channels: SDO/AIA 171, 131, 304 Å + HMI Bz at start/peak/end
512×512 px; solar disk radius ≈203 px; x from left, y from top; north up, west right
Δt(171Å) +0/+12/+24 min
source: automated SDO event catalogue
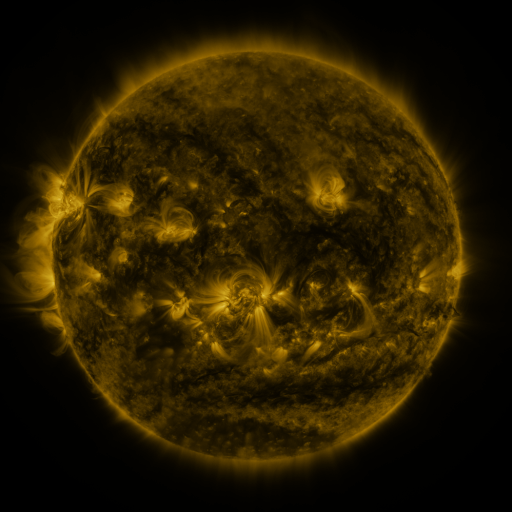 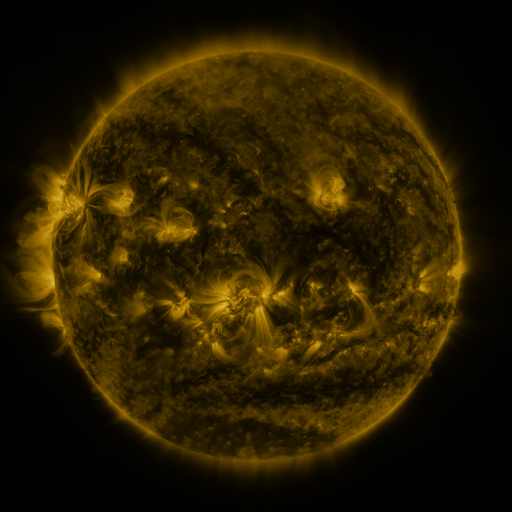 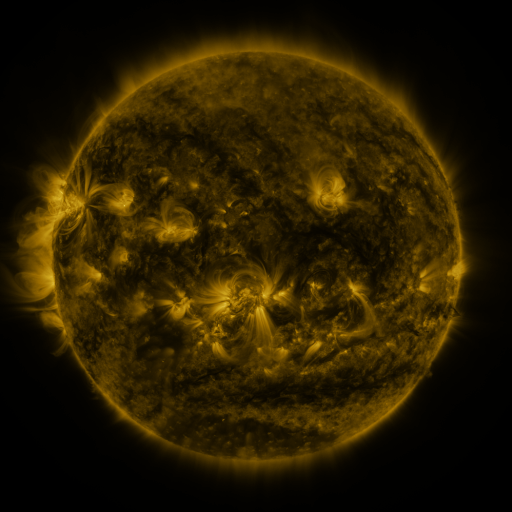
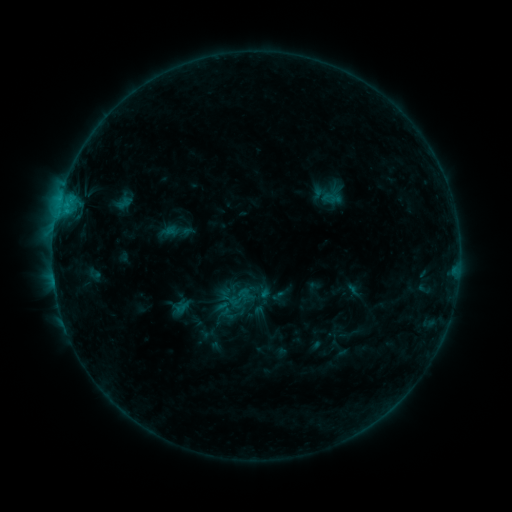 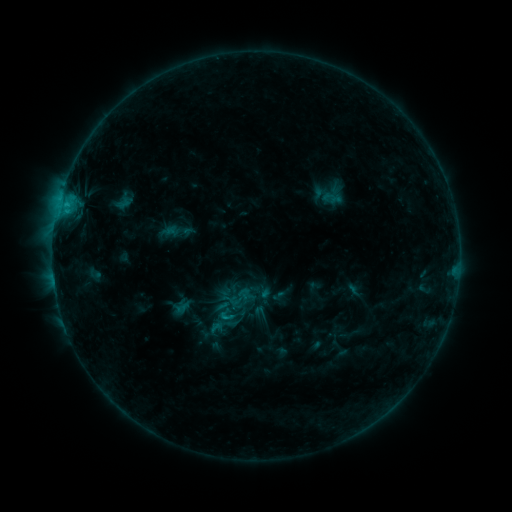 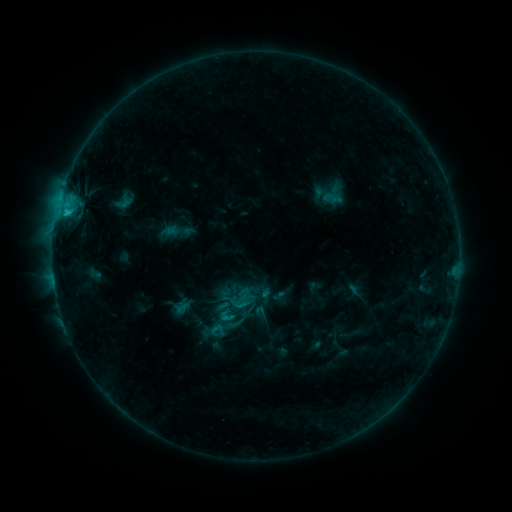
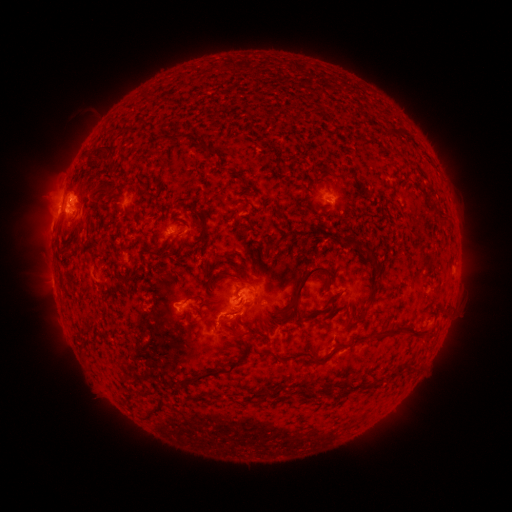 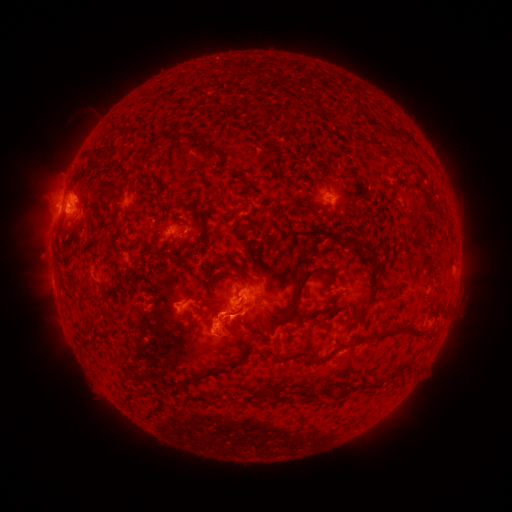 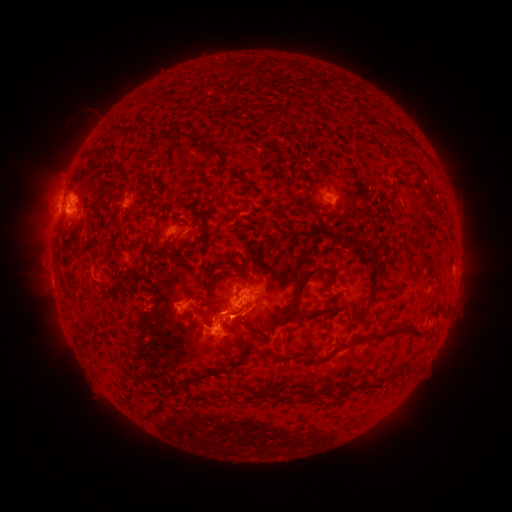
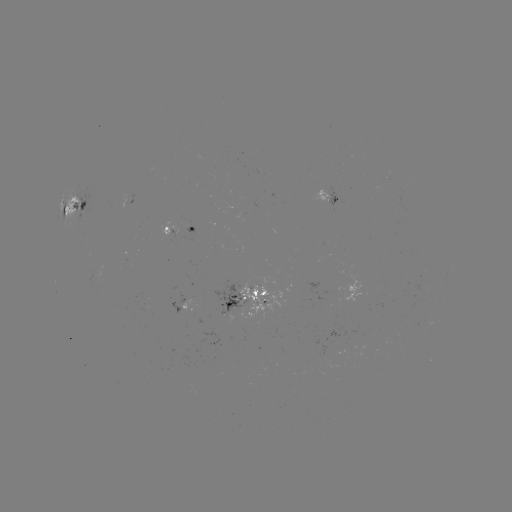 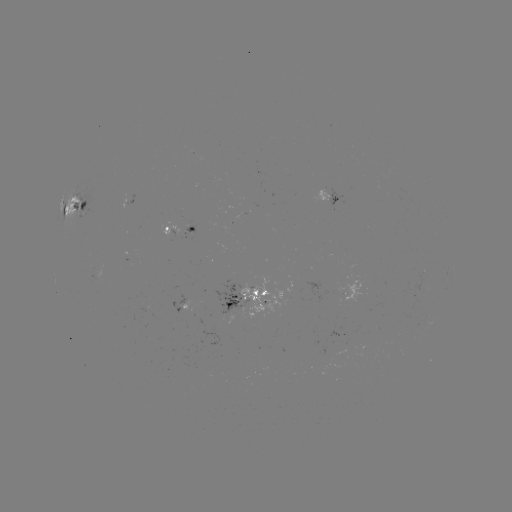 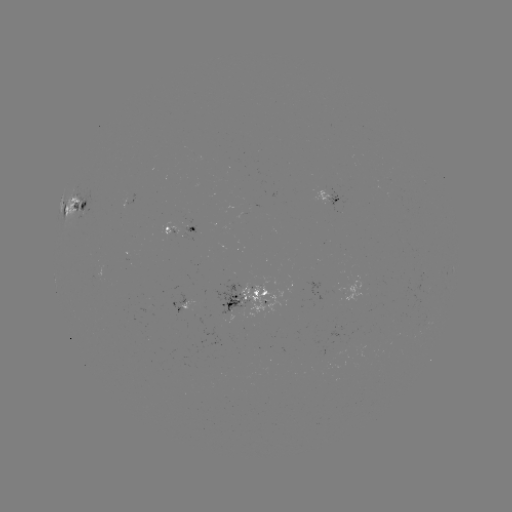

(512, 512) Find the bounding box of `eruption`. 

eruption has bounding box [193, 310, 238, 352].